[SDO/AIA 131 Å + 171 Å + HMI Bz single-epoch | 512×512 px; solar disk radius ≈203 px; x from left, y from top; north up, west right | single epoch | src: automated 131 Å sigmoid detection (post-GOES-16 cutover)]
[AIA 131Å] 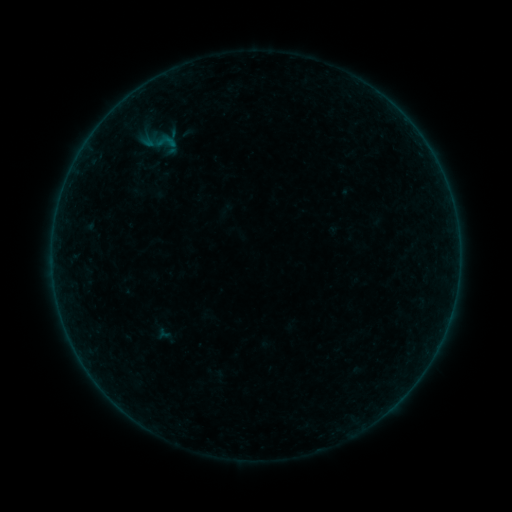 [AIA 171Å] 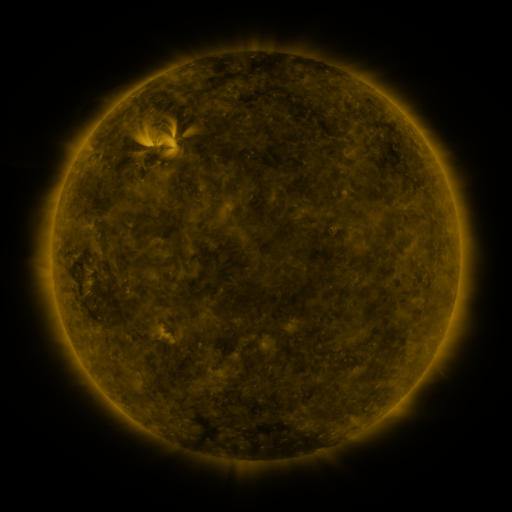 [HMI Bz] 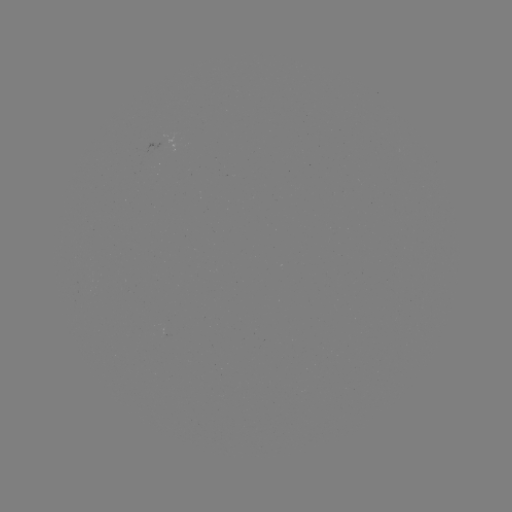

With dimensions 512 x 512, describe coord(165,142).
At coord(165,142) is sigmoid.